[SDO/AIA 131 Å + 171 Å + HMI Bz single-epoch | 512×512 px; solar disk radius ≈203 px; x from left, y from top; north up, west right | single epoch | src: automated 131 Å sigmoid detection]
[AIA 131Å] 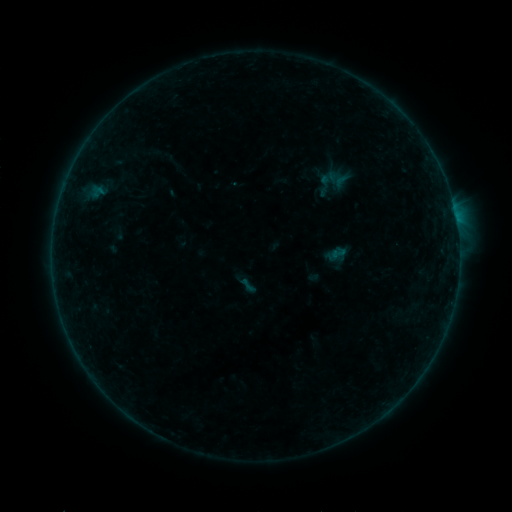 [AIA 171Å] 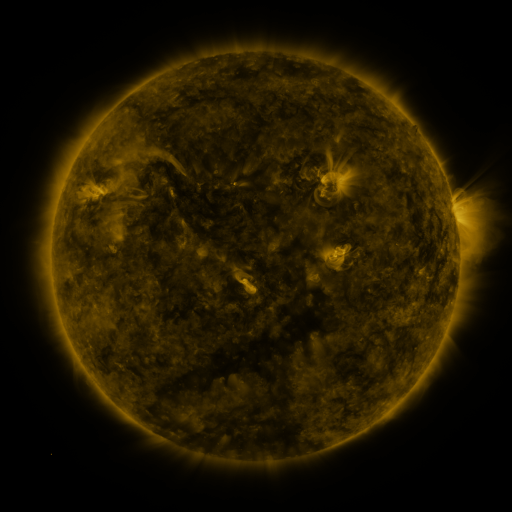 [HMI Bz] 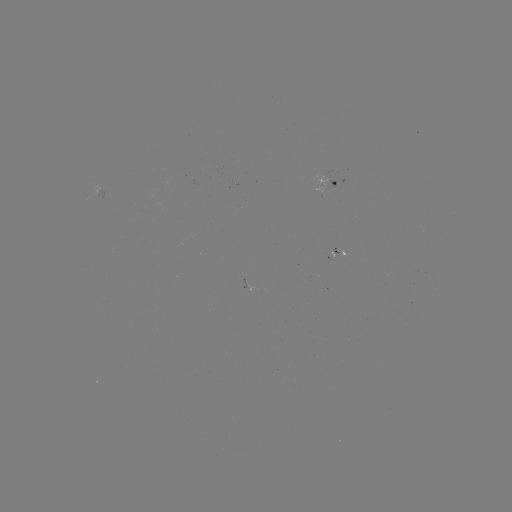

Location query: sigmoid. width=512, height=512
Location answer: (248, 286).